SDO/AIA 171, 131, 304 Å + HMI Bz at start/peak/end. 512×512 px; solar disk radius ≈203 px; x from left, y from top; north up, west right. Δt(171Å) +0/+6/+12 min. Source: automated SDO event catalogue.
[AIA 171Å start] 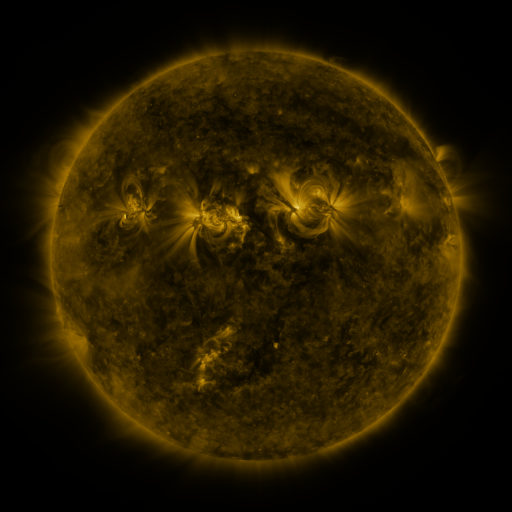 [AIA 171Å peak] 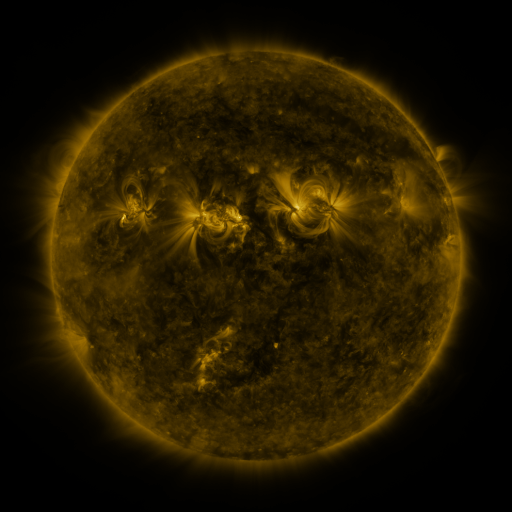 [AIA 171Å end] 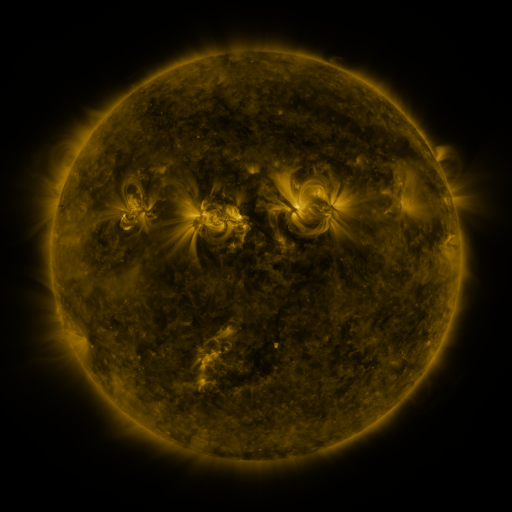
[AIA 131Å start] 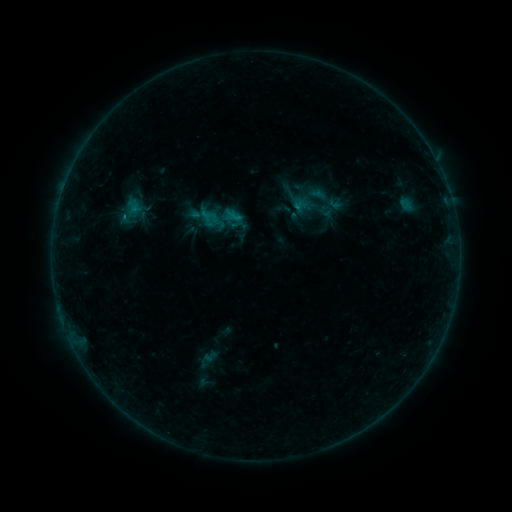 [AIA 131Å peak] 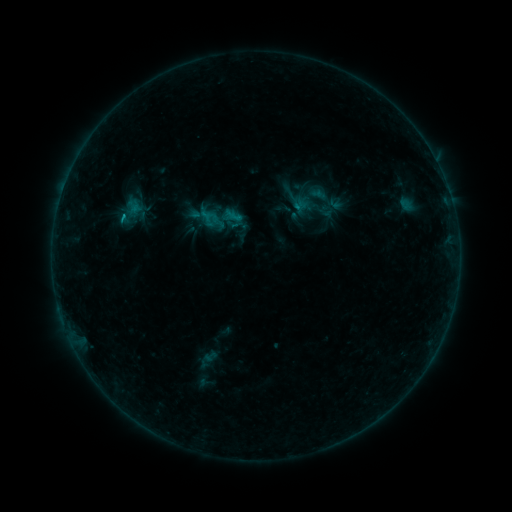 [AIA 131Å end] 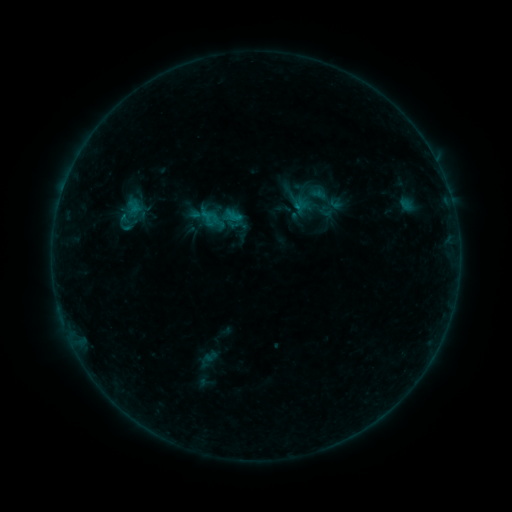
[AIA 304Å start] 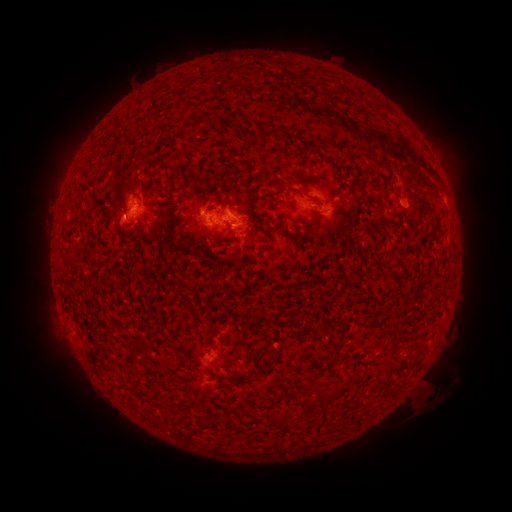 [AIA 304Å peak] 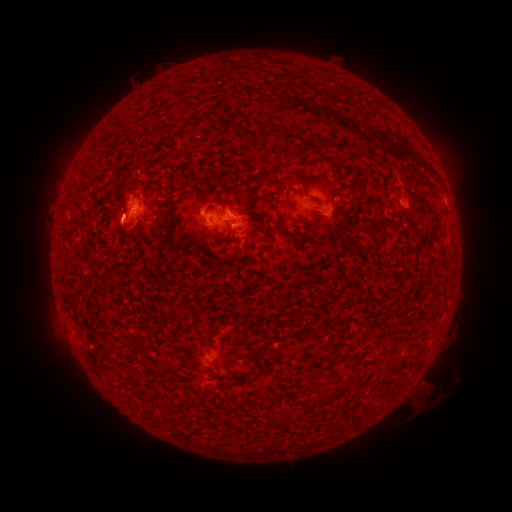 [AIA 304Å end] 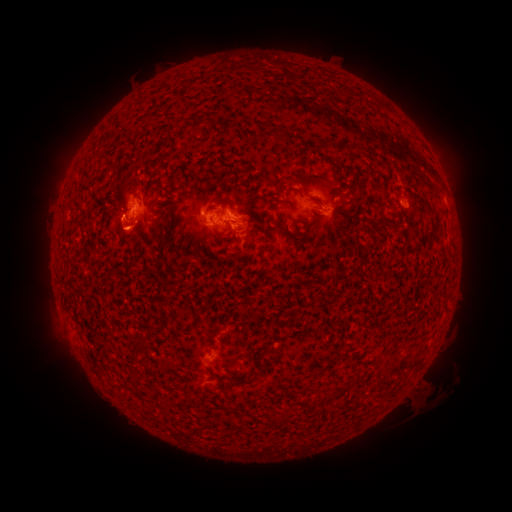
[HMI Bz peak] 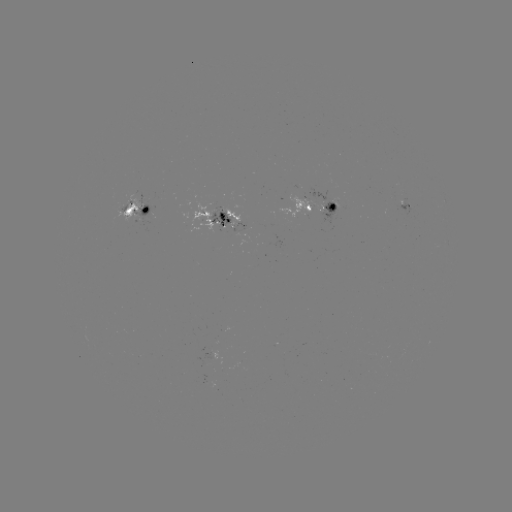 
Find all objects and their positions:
C1.1 flare: (124, 218)
